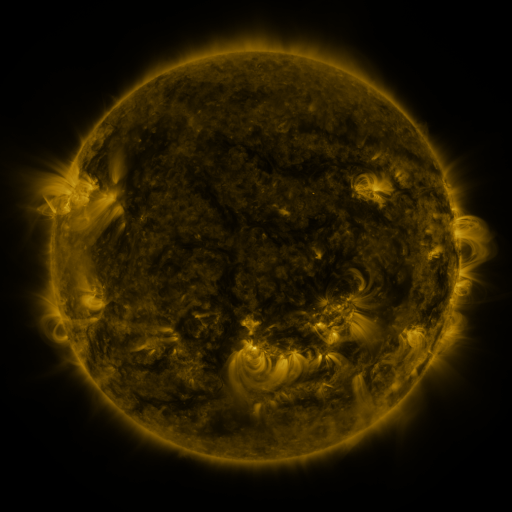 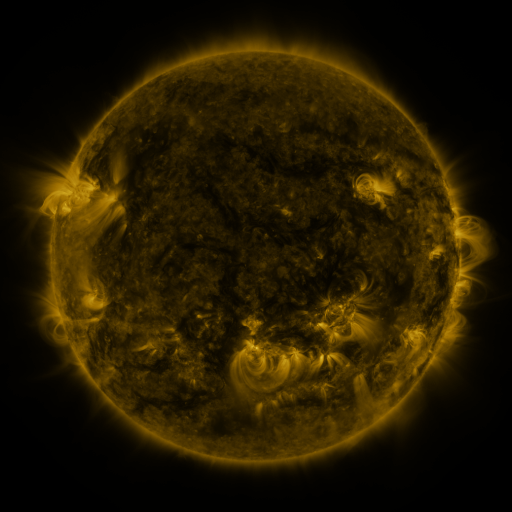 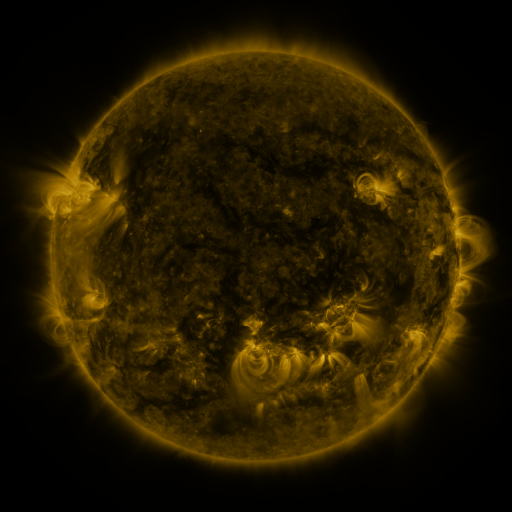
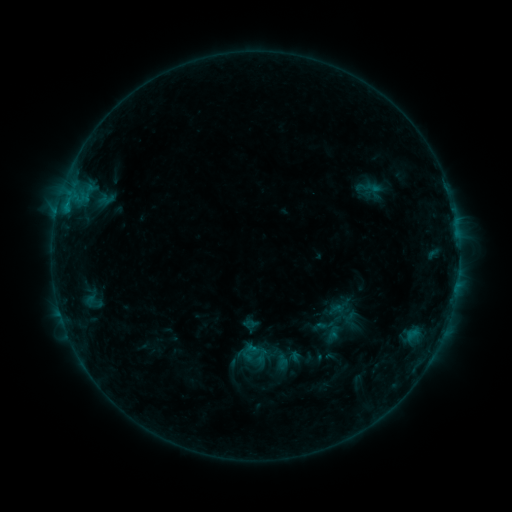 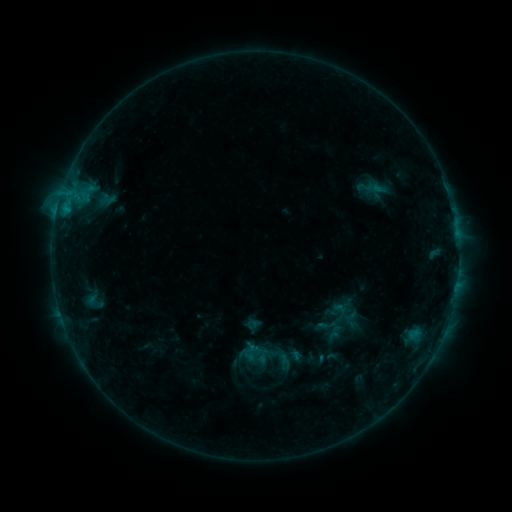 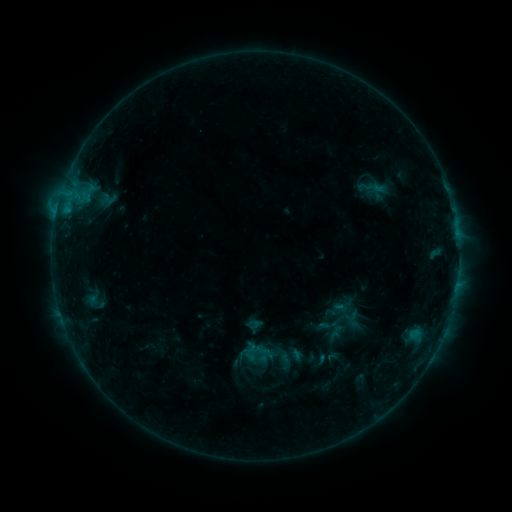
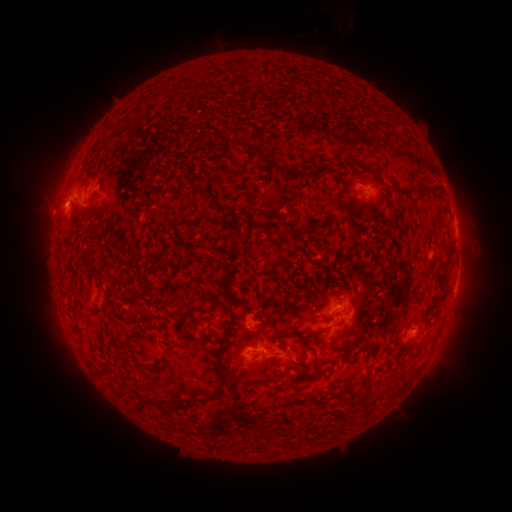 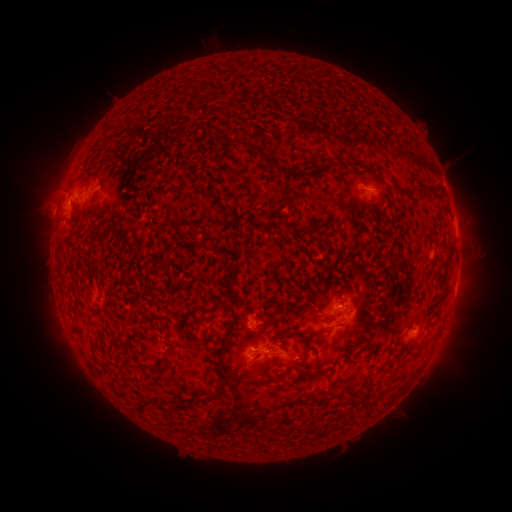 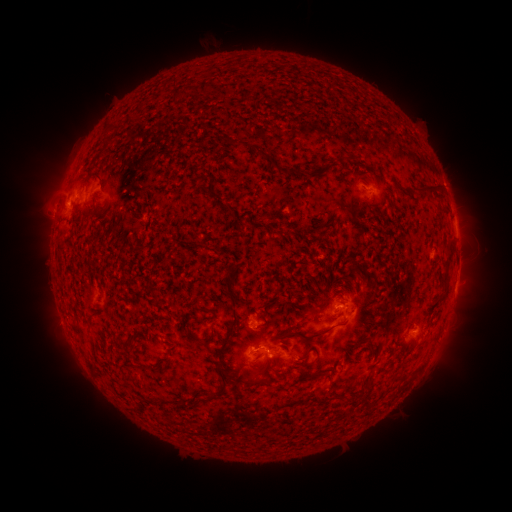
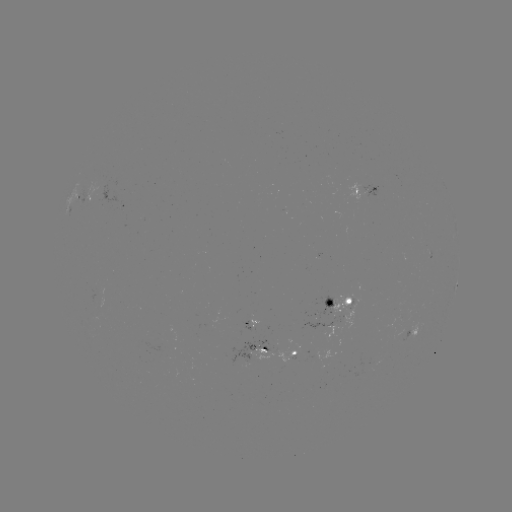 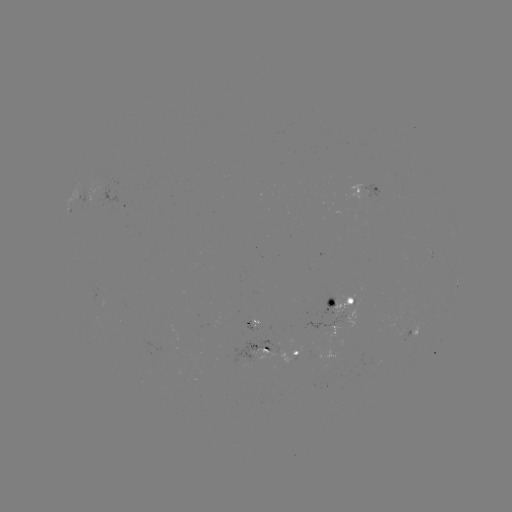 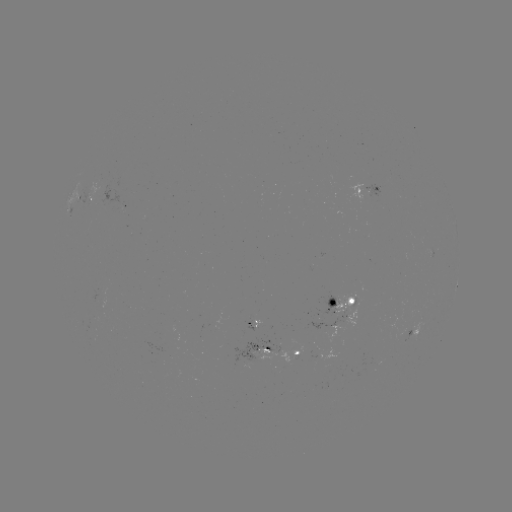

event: emerging-flux region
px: (96, 299)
